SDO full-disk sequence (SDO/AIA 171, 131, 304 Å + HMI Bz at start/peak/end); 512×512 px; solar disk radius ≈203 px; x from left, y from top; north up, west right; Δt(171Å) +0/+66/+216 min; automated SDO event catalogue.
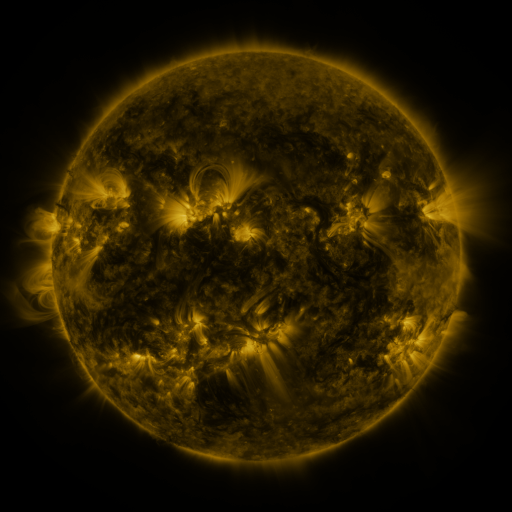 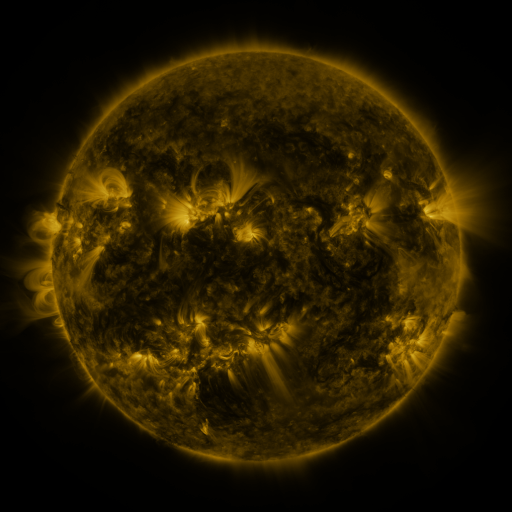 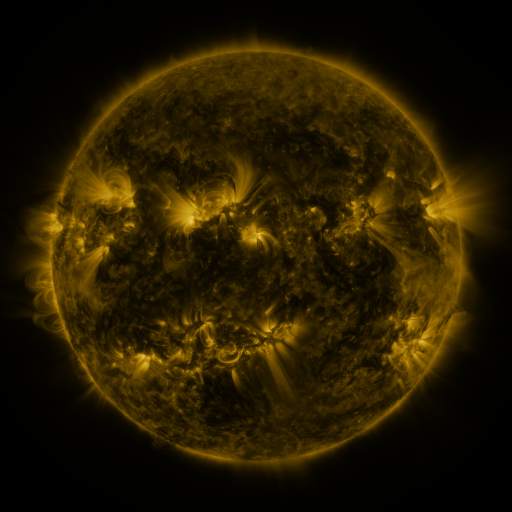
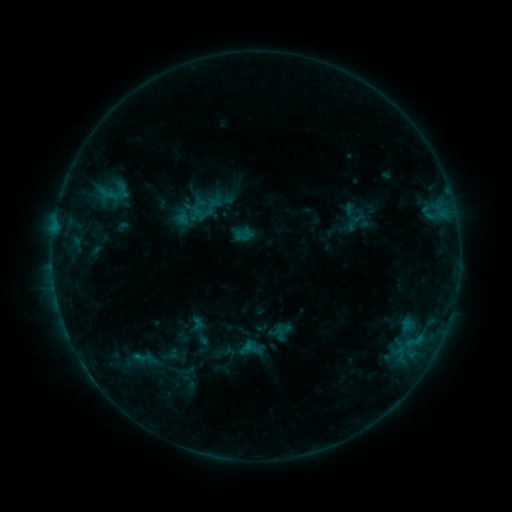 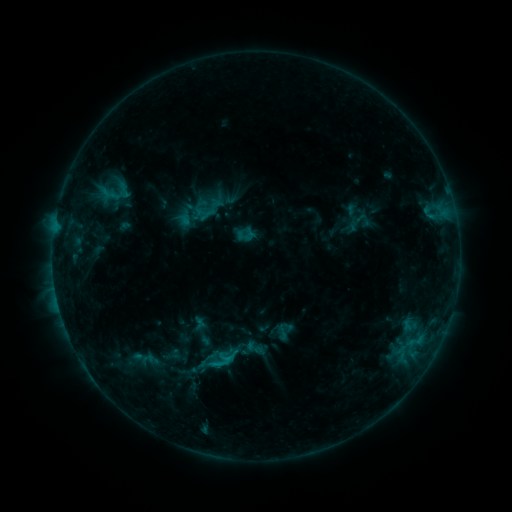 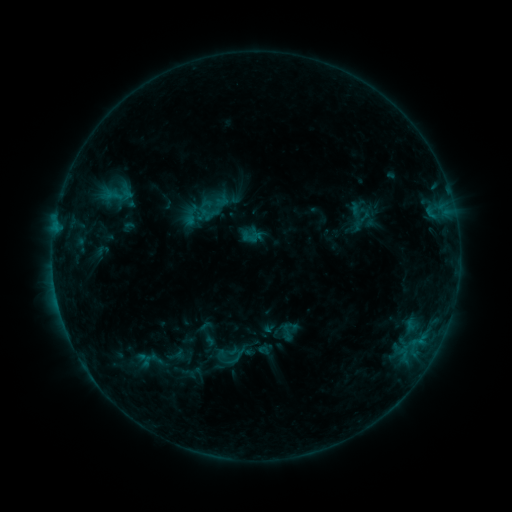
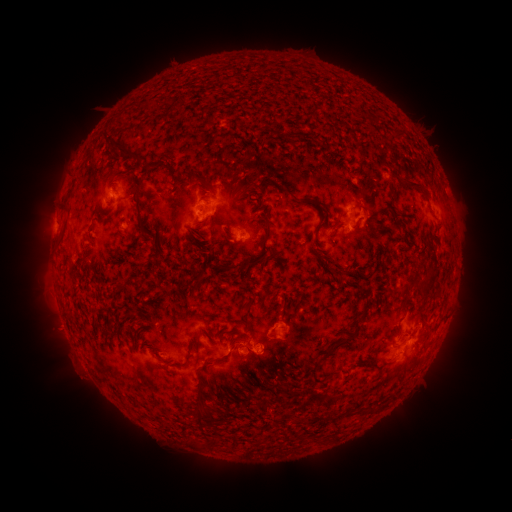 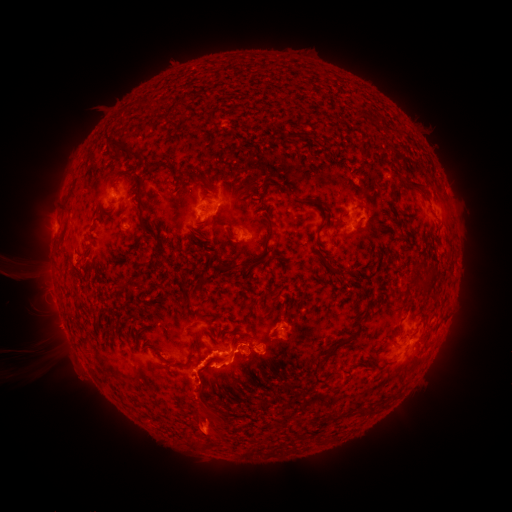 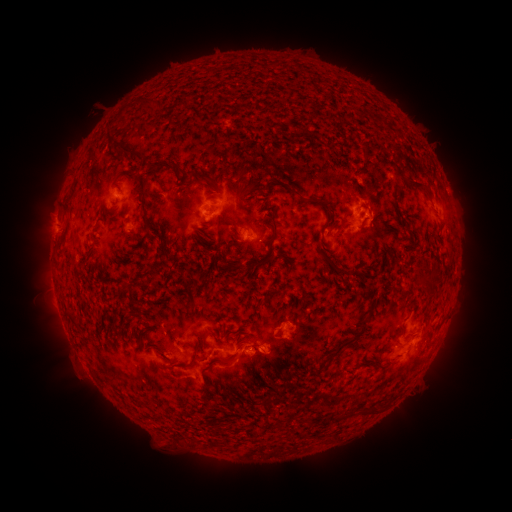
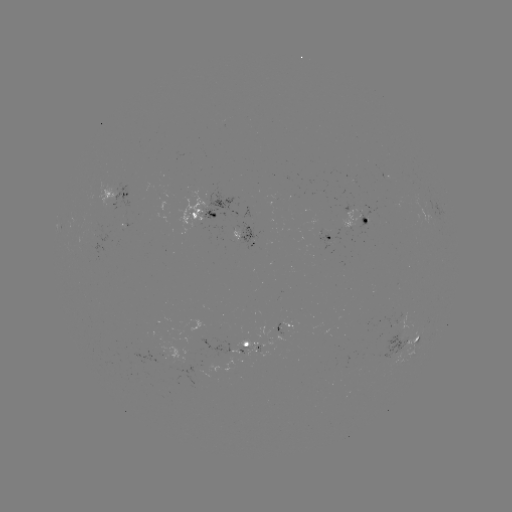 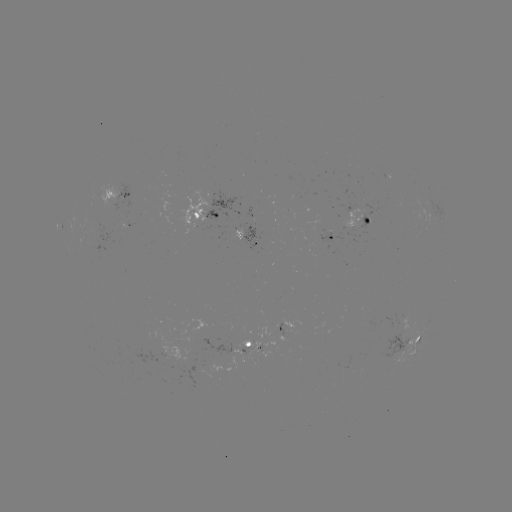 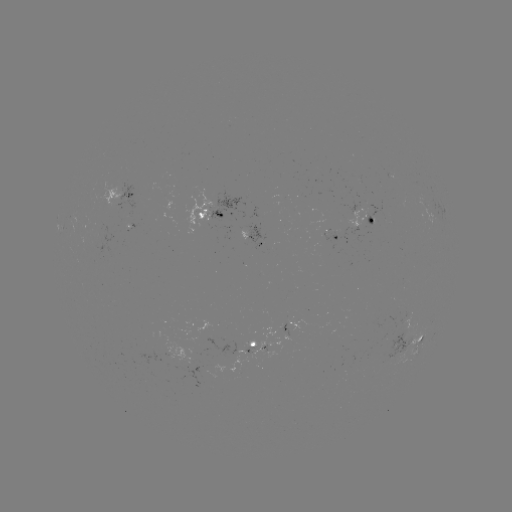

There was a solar flare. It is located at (227, 356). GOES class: C1.4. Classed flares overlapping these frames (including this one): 2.